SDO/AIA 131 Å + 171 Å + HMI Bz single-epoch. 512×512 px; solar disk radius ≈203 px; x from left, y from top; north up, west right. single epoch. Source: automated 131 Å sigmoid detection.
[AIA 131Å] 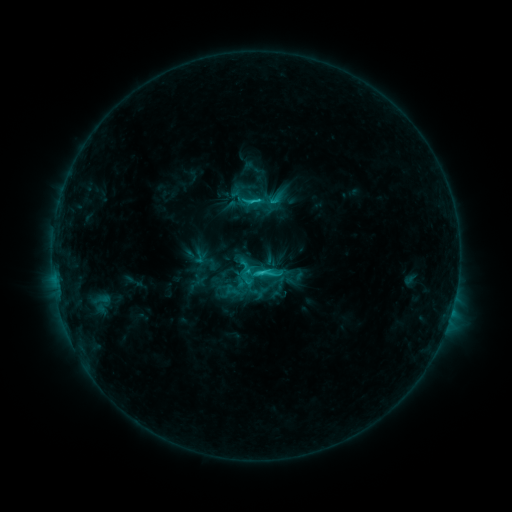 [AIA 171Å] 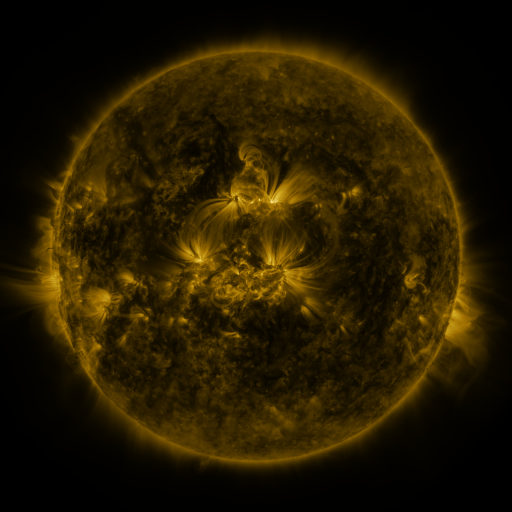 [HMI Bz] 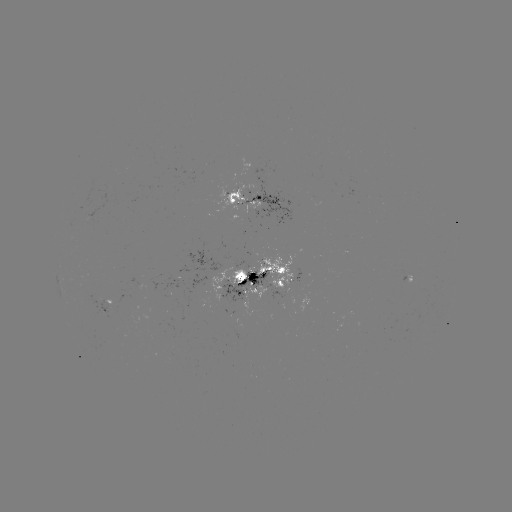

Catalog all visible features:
sigmoid: [241, 189, 263, 211]
sigmoid: [236, 252, 282, 298]
